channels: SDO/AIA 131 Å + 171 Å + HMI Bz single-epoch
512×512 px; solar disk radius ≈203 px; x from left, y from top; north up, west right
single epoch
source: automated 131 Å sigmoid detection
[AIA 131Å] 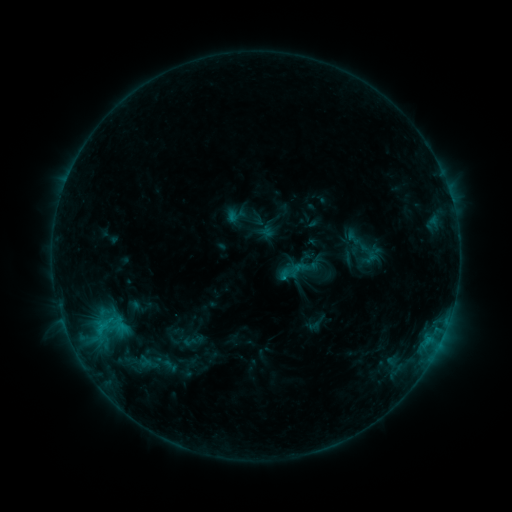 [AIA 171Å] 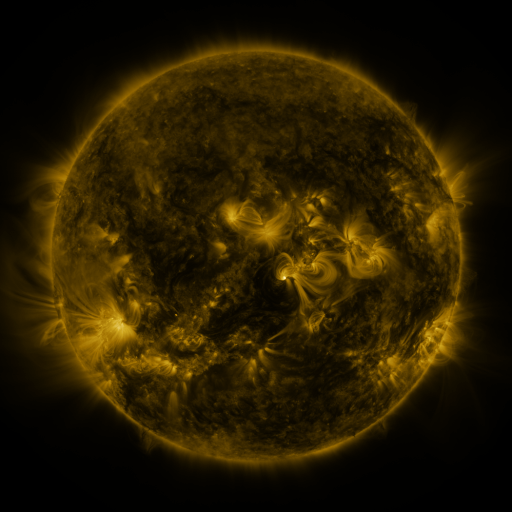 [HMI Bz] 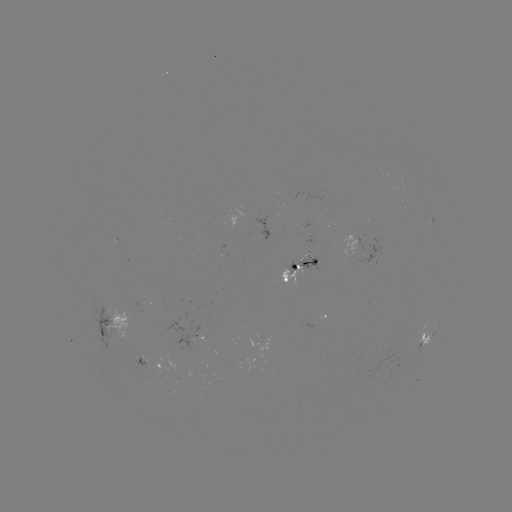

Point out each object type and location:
sigmoid: (229, 207, 246, 225)
sigmoid: (277, 250, 321, 292)
